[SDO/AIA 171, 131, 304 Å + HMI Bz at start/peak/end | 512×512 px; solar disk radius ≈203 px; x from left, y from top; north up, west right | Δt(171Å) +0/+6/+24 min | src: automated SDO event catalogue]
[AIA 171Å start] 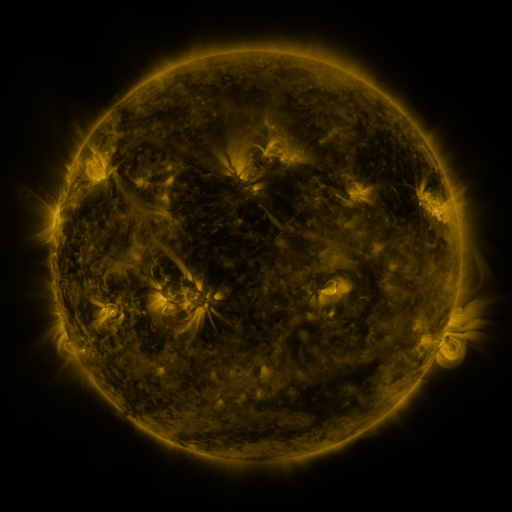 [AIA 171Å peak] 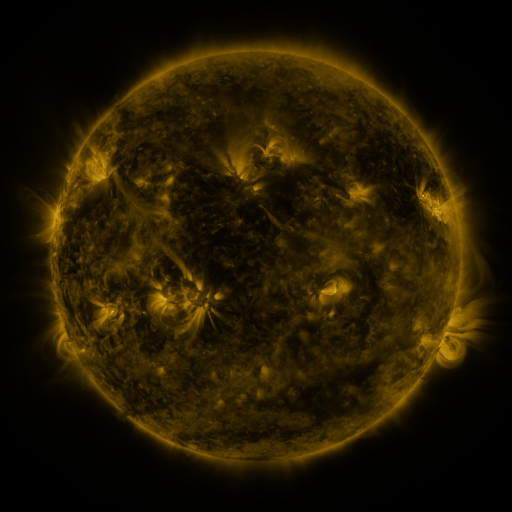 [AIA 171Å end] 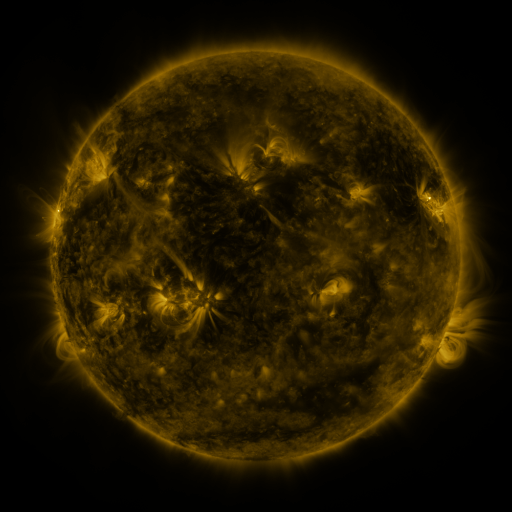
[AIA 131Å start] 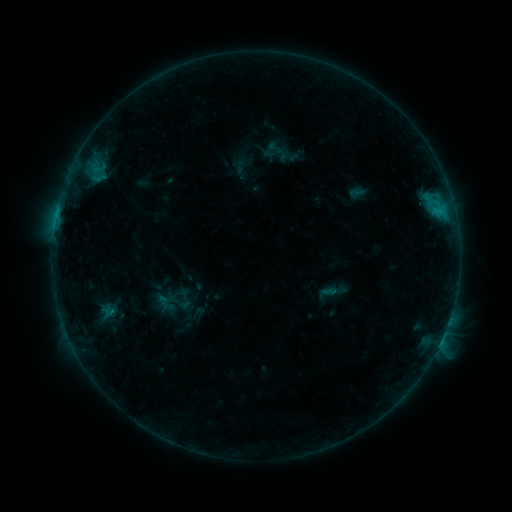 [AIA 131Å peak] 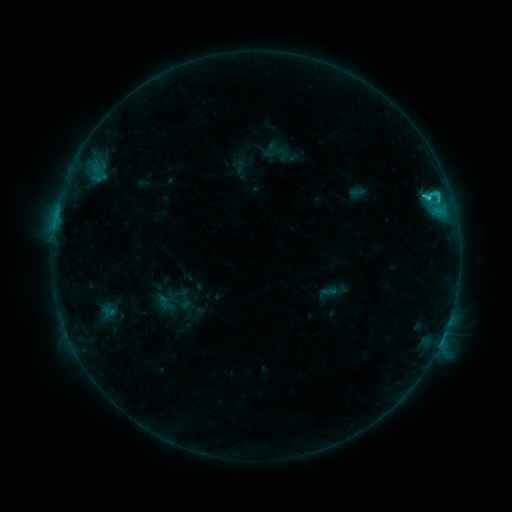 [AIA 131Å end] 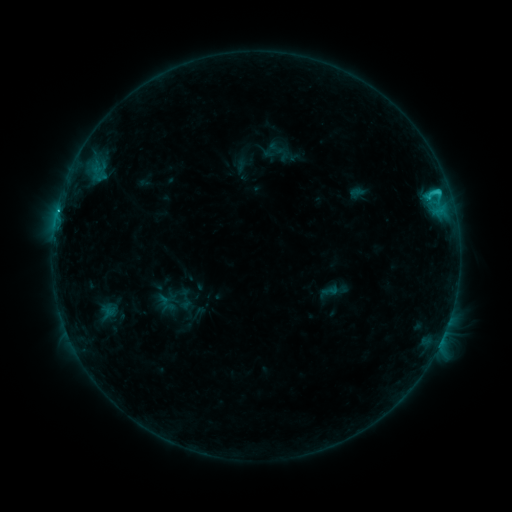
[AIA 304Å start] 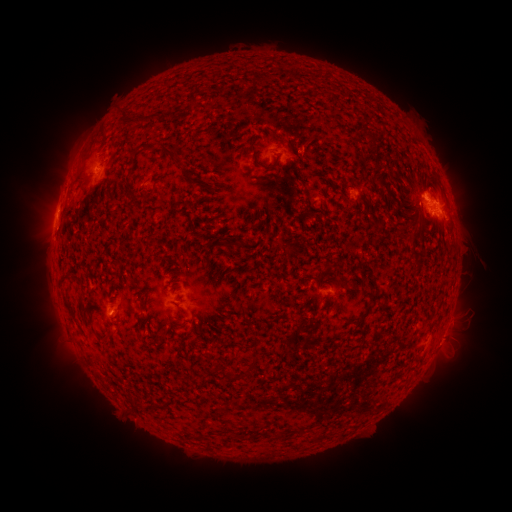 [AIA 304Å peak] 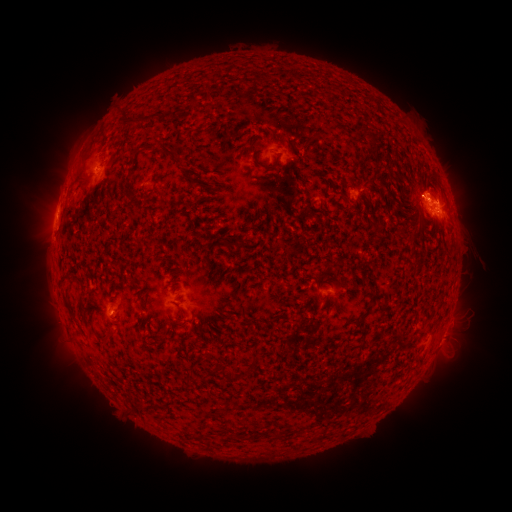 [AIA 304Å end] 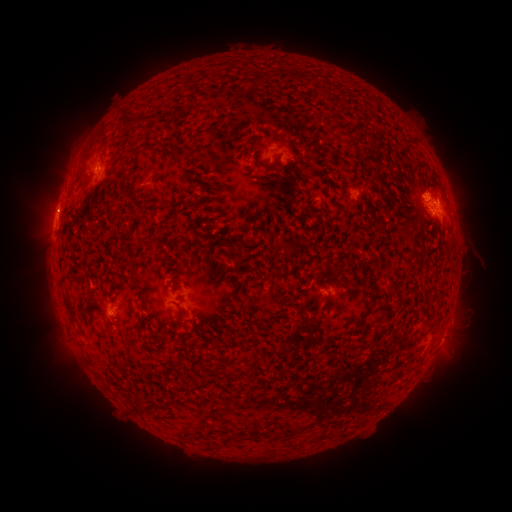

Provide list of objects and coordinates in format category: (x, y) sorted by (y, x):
C2.6 flare: (427, 198)
